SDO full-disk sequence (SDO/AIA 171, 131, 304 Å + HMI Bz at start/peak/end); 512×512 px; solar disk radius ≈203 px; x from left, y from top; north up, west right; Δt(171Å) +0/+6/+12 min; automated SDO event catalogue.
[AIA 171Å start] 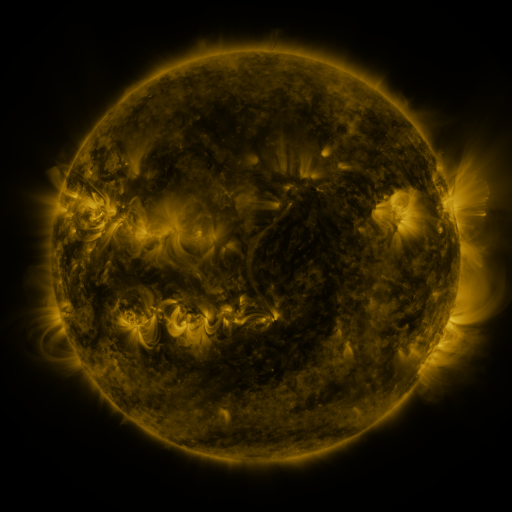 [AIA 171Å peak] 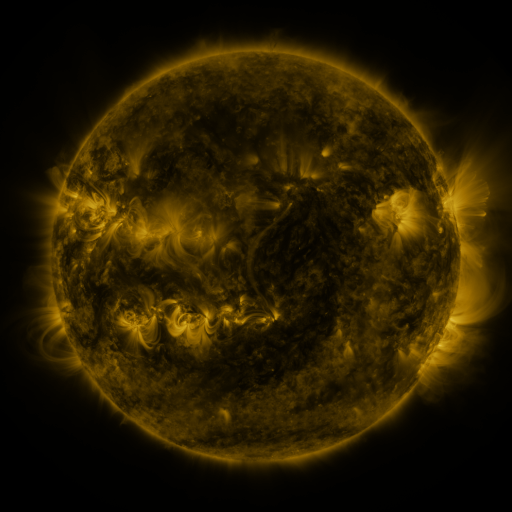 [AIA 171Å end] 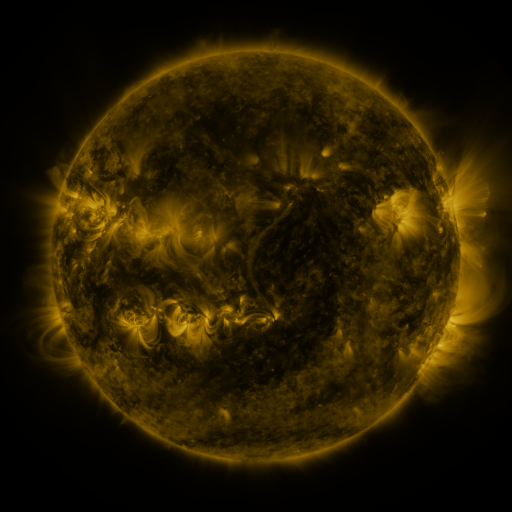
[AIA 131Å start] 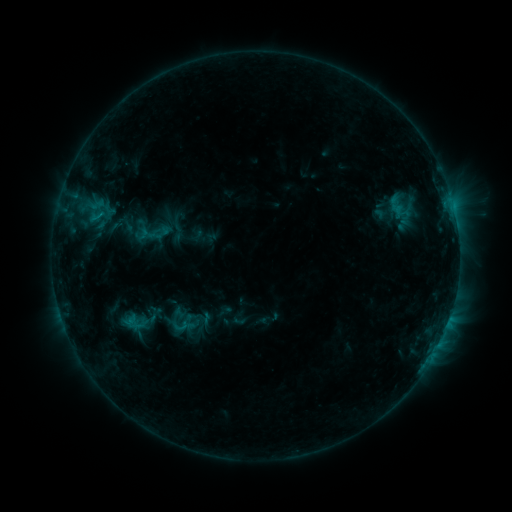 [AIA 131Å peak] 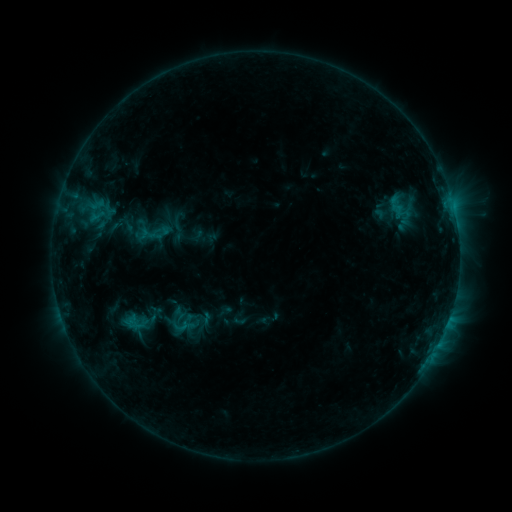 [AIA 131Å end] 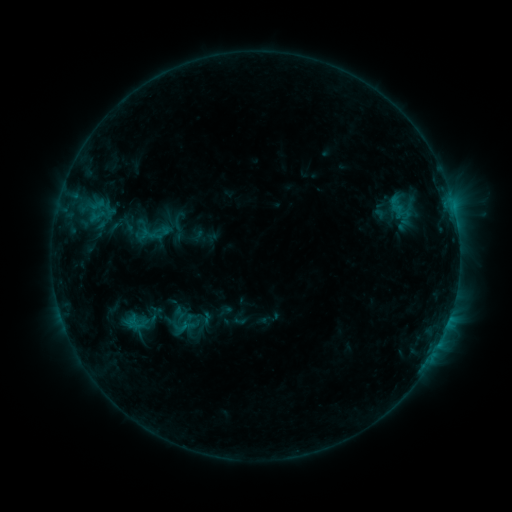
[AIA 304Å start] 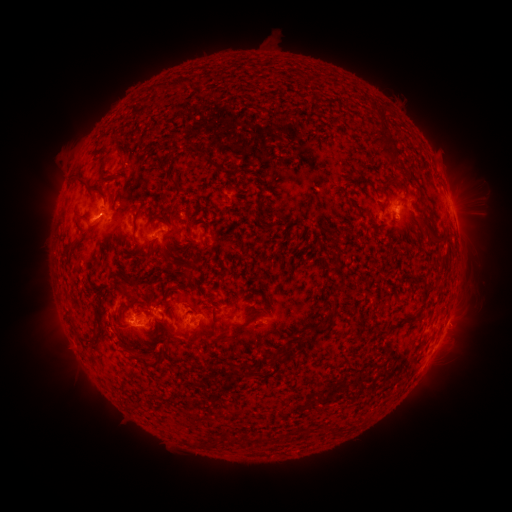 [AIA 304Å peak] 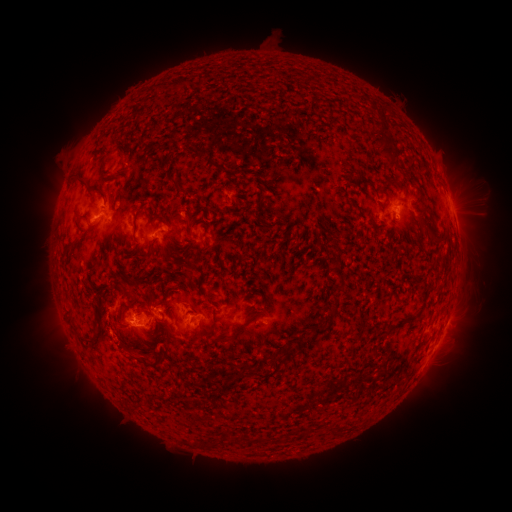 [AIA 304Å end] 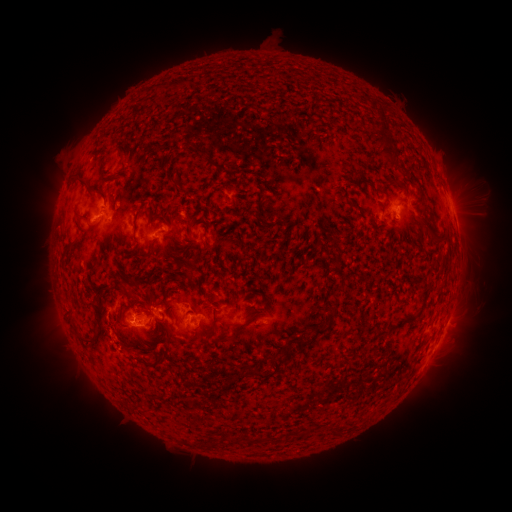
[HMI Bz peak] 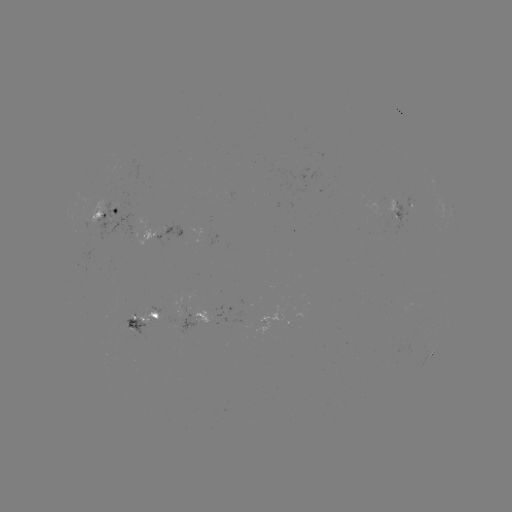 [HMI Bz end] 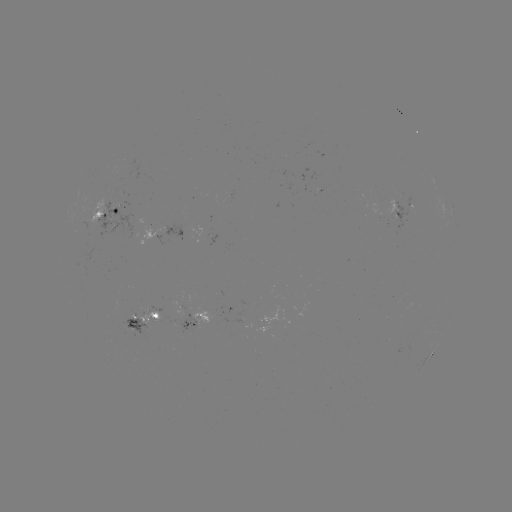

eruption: [102, 328, 135, 363]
